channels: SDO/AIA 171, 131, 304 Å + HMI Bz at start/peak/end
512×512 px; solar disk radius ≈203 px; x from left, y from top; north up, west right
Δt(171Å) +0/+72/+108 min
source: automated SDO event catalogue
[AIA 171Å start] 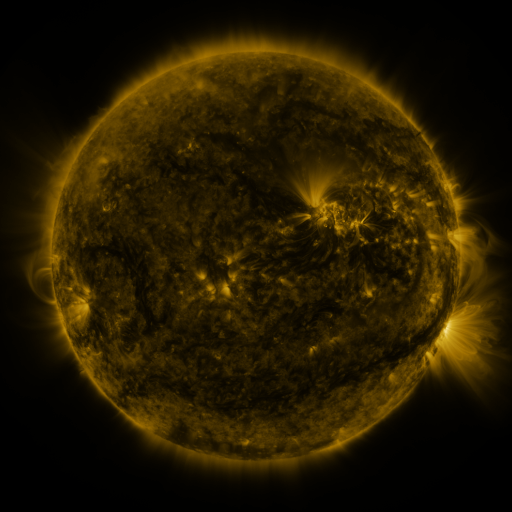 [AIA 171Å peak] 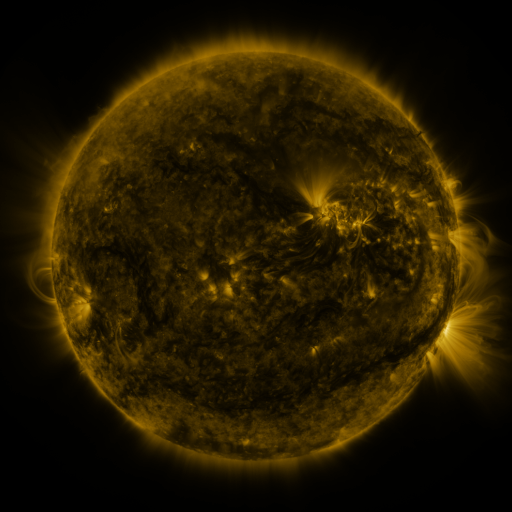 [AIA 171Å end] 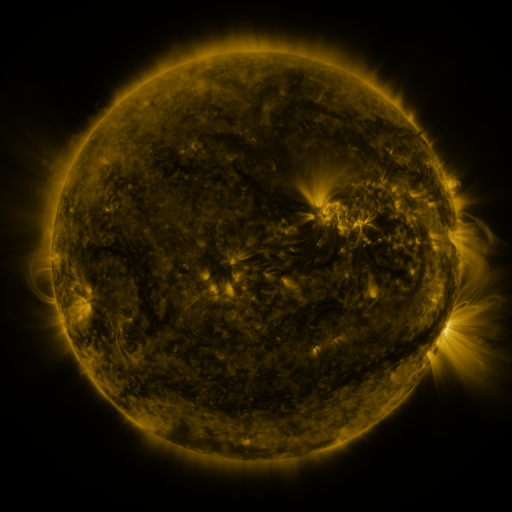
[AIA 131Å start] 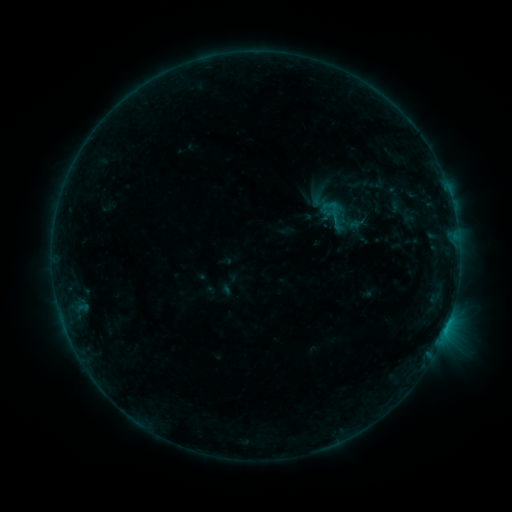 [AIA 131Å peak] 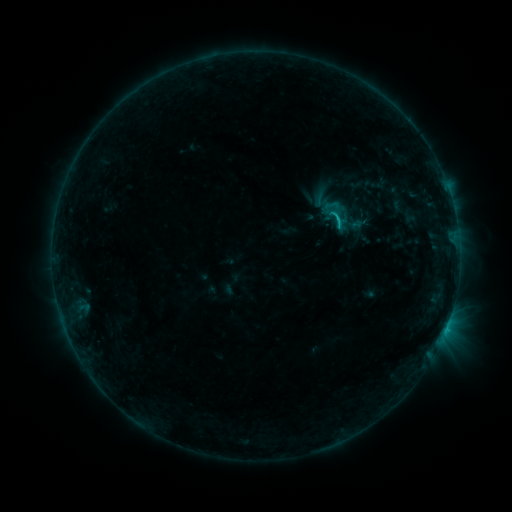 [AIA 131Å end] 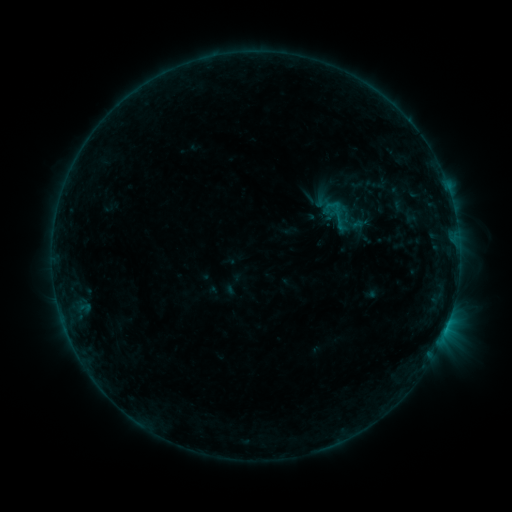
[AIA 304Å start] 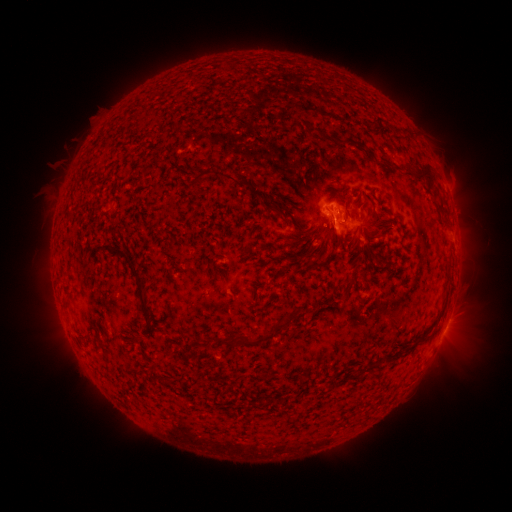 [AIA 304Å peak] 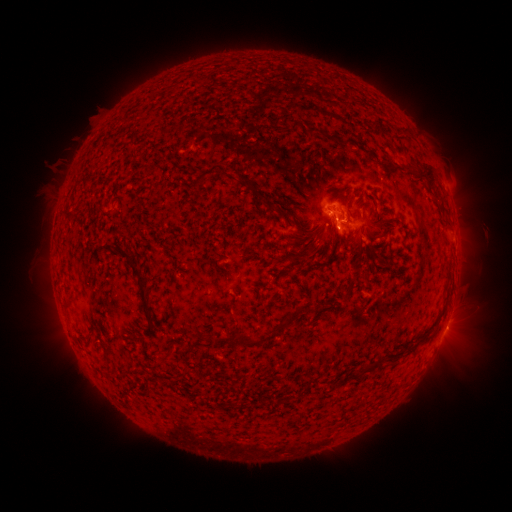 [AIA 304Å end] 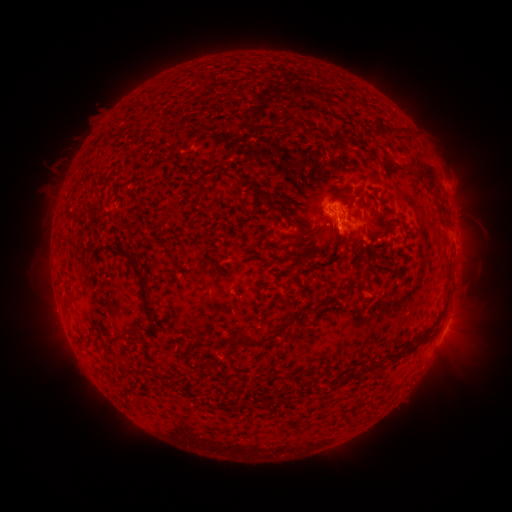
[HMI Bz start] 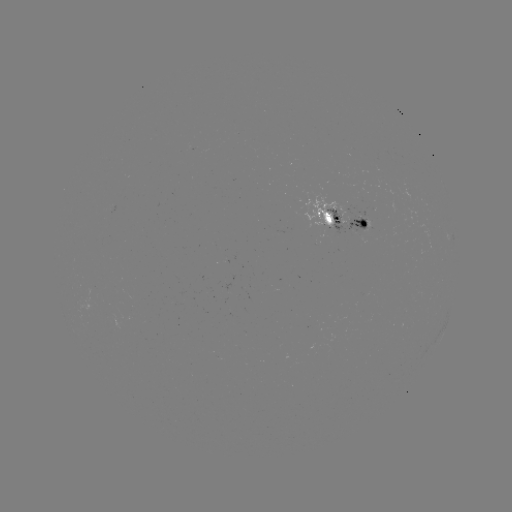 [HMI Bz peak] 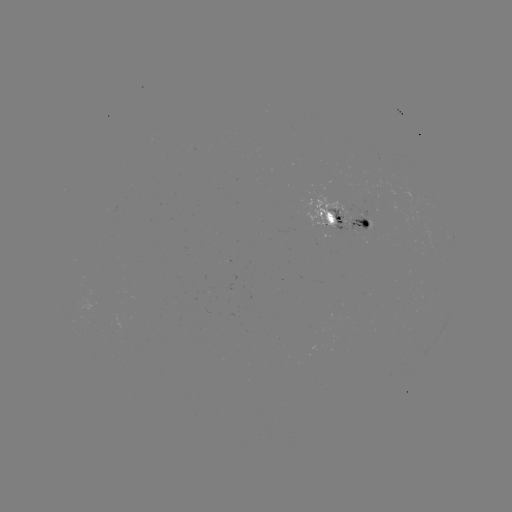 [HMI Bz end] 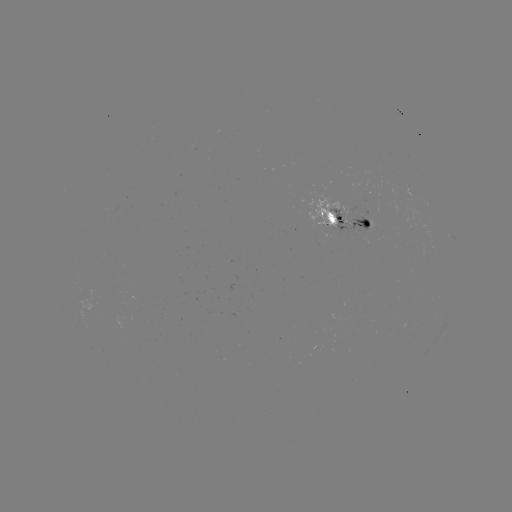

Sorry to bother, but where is emerging-flux region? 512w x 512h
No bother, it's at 230,288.